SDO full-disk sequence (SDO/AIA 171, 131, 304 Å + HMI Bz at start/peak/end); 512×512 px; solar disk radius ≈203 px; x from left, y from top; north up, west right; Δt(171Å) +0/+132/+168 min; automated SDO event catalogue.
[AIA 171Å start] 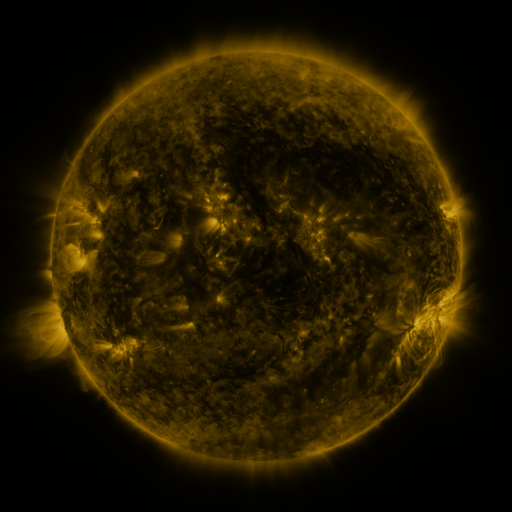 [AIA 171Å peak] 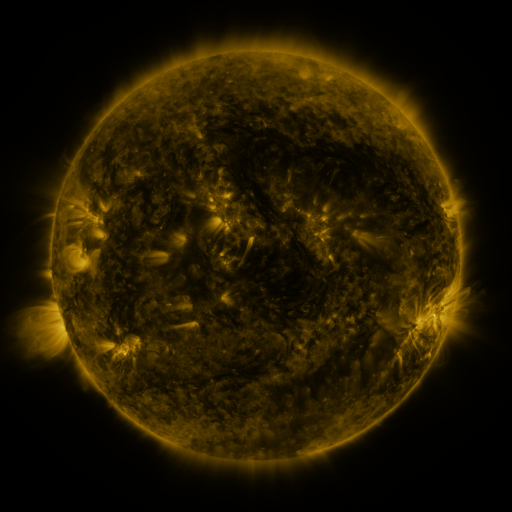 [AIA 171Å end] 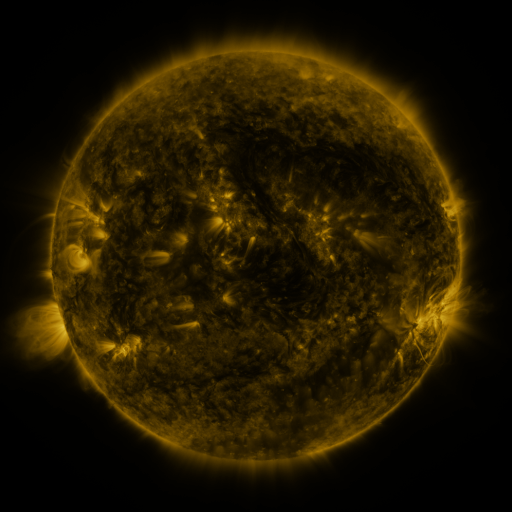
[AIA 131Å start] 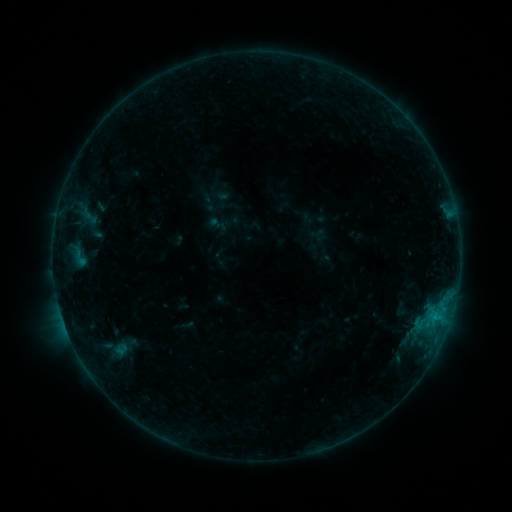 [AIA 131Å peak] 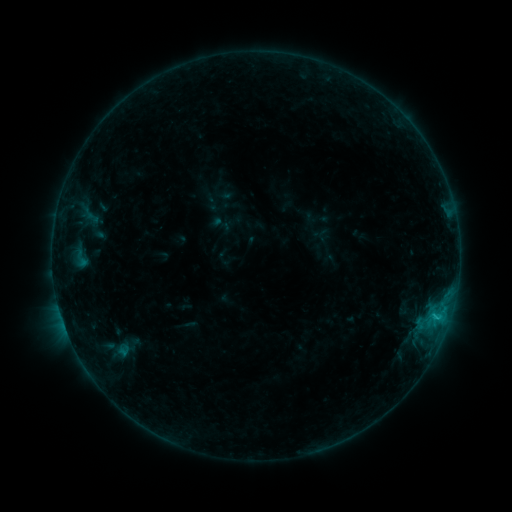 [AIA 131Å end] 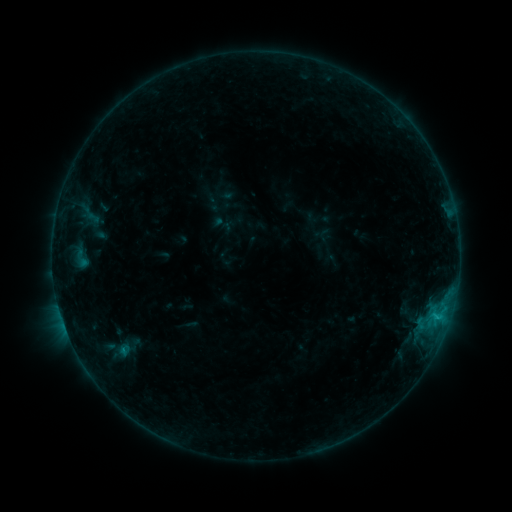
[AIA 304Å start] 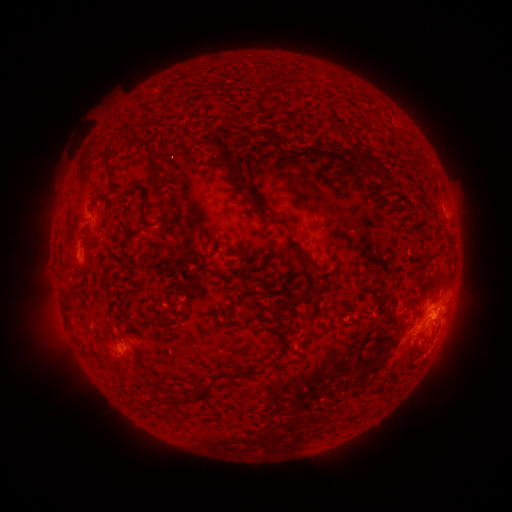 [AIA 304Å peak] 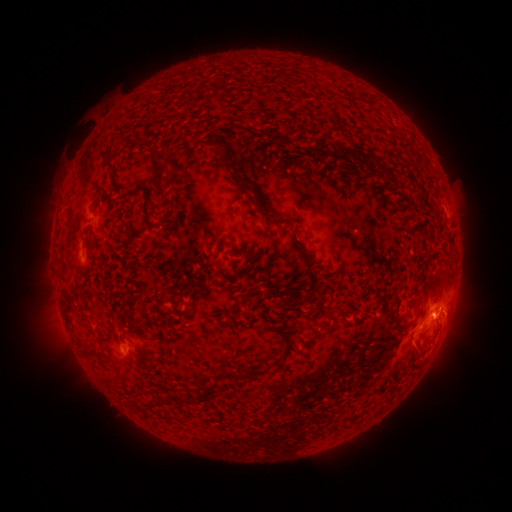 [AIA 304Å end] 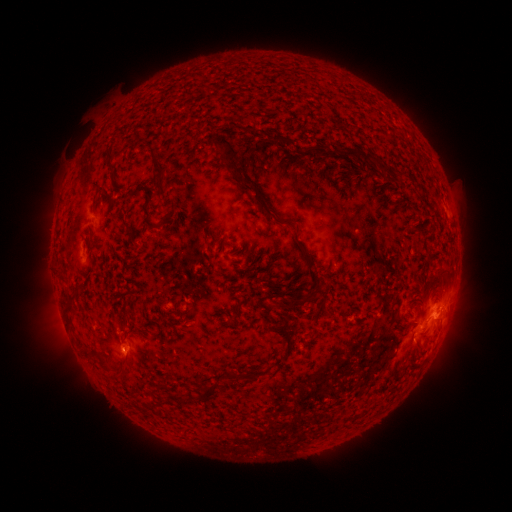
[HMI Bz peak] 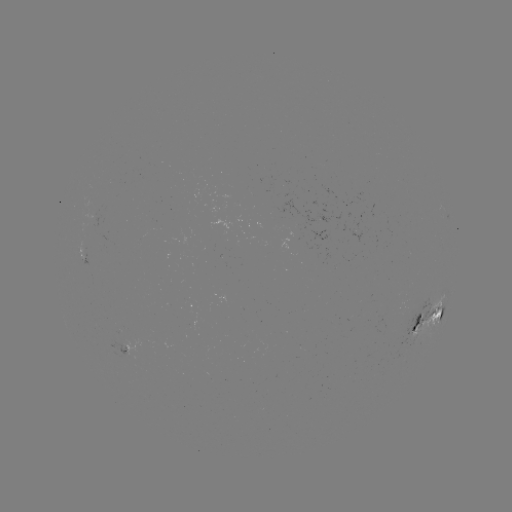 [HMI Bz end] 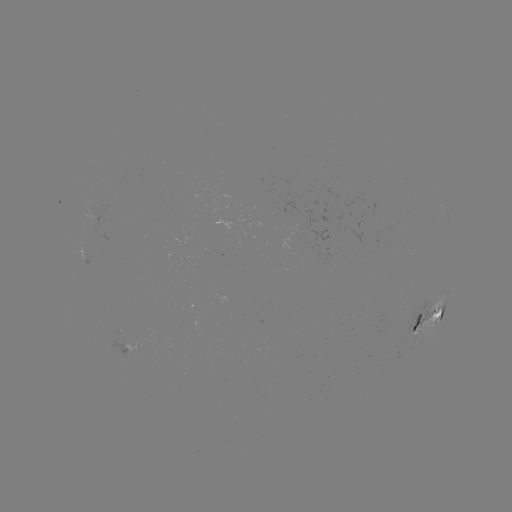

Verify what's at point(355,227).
emerging-flux region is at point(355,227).